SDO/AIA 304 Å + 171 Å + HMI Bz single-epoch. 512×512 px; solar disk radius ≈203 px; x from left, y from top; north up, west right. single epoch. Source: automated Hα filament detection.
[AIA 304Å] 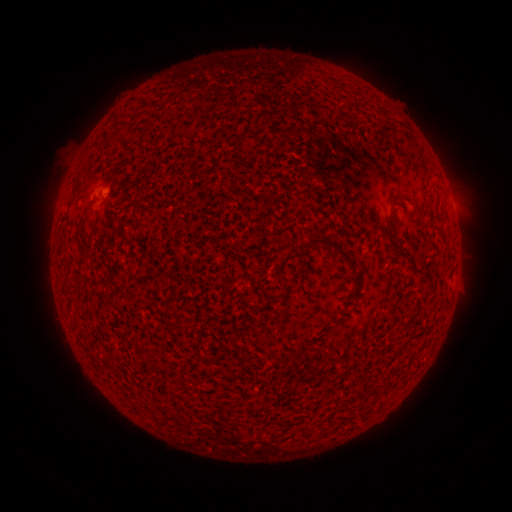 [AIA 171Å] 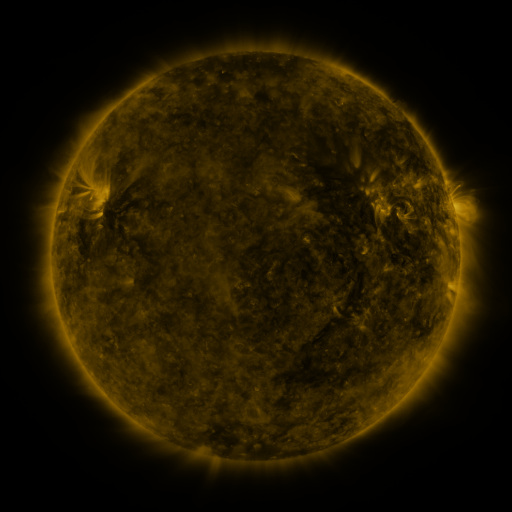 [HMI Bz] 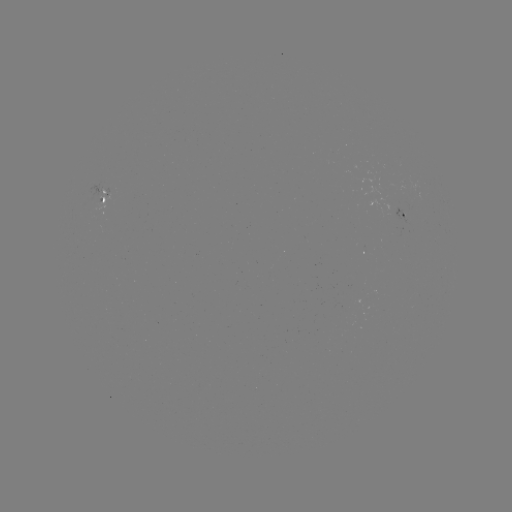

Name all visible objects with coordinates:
filament: (194, 116)
filament: (337, 249)
filament: (400, 252)
filament: (82, 256)
